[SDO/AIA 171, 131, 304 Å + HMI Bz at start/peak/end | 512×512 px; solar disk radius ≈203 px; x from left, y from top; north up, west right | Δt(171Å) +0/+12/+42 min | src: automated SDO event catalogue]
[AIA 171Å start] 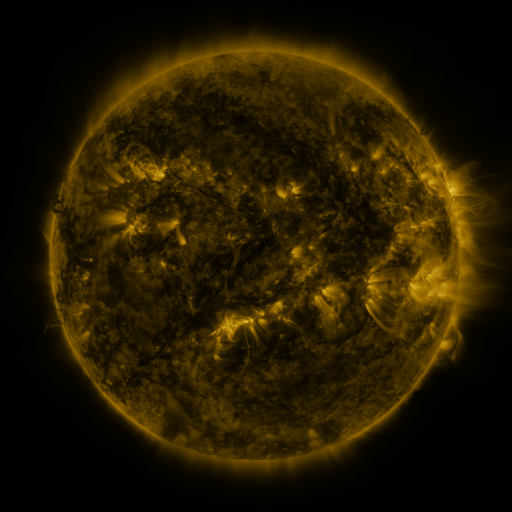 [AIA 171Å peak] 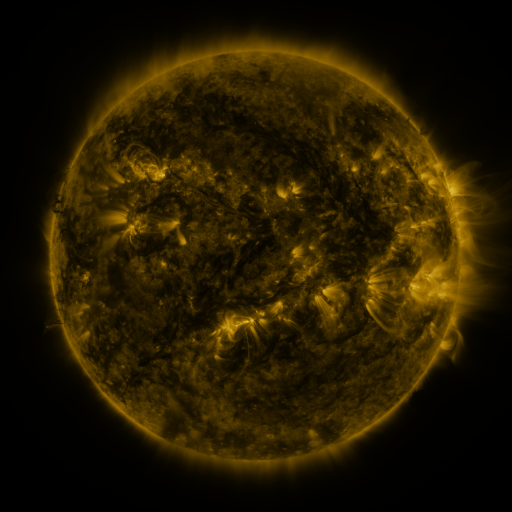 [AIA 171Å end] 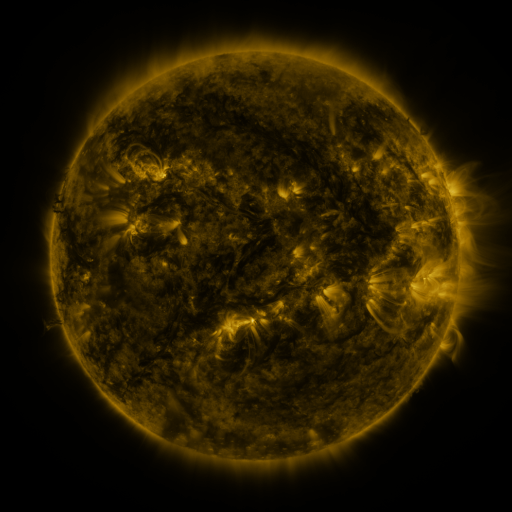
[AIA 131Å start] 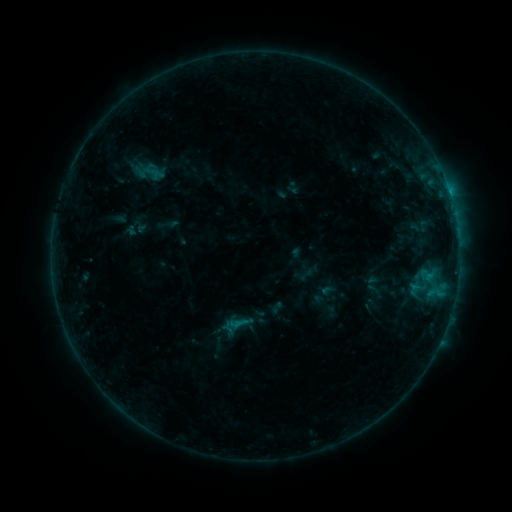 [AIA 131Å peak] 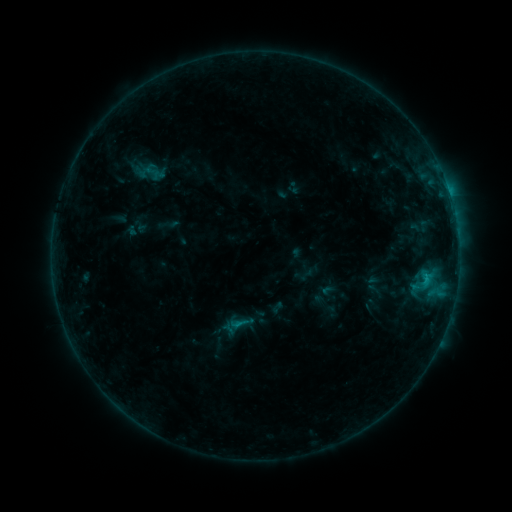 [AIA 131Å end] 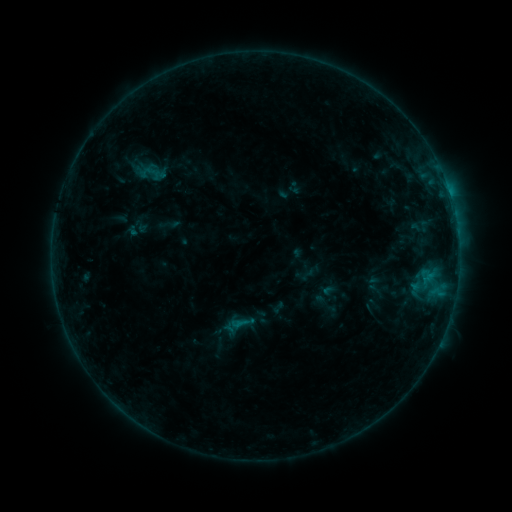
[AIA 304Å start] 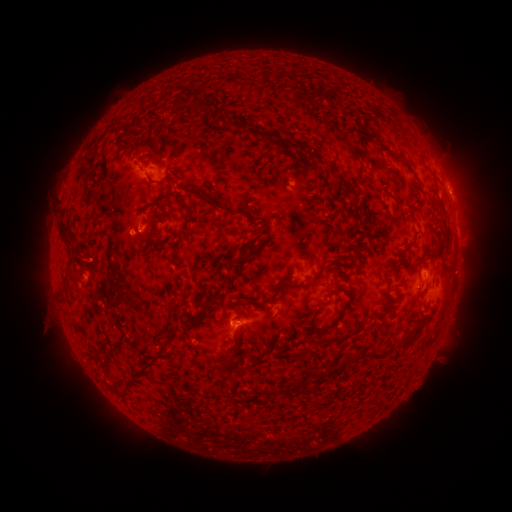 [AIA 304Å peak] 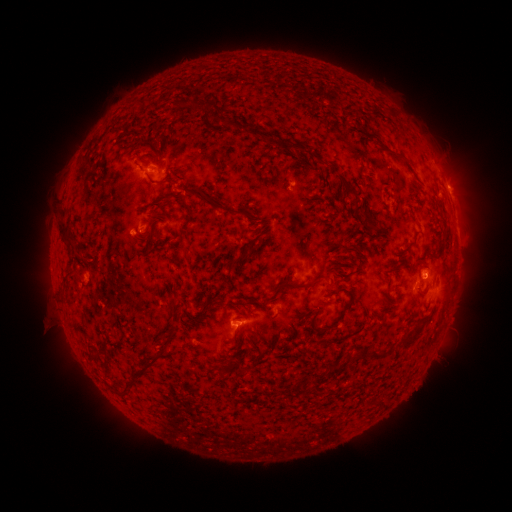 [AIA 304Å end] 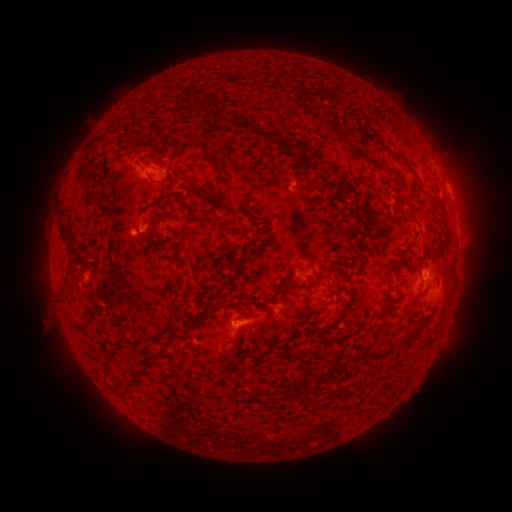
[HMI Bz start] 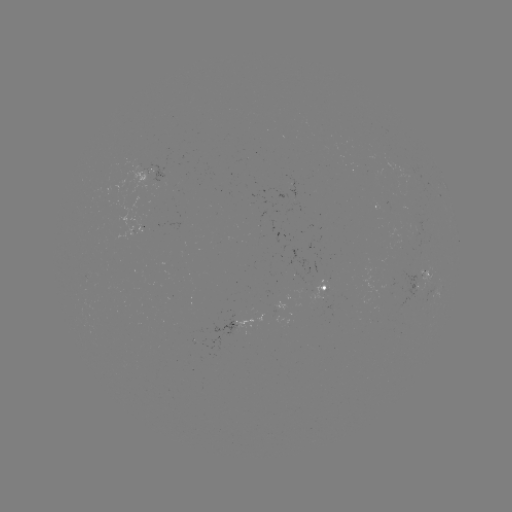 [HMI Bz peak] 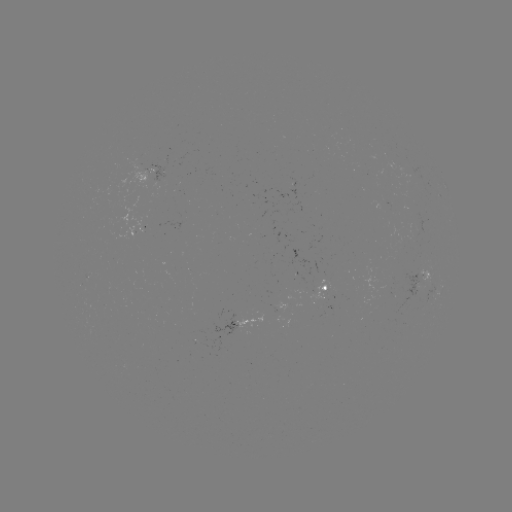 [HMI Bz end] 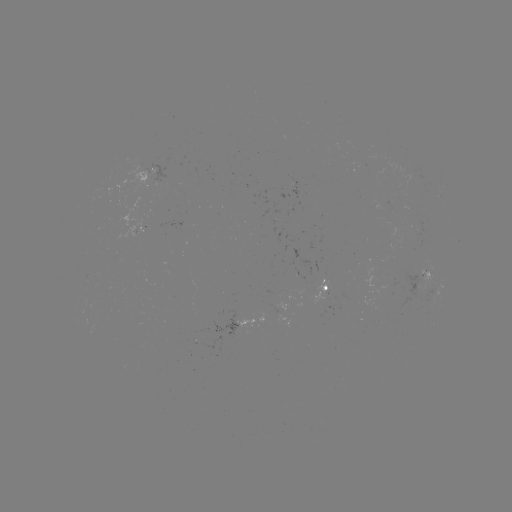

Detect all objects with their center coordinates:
B6.5 flare: (425, 276)
